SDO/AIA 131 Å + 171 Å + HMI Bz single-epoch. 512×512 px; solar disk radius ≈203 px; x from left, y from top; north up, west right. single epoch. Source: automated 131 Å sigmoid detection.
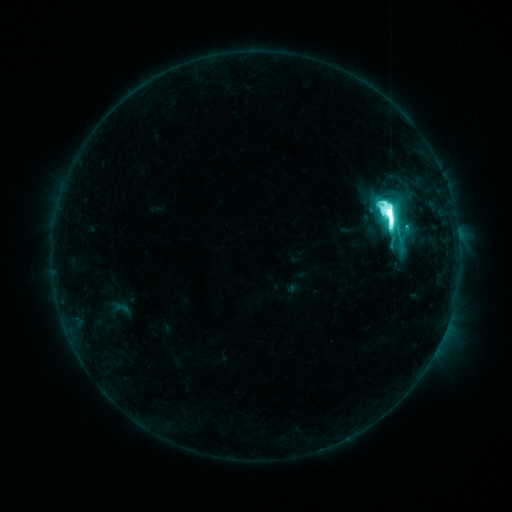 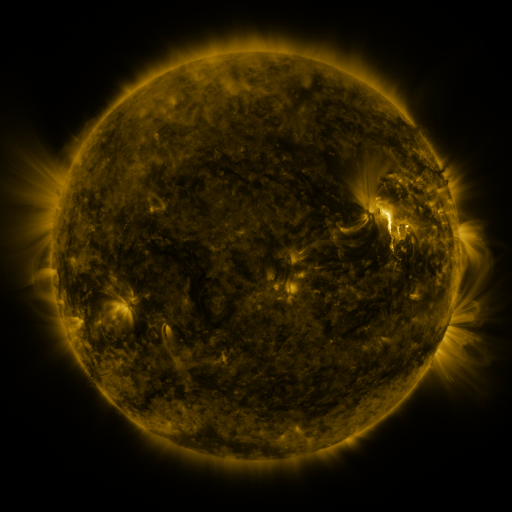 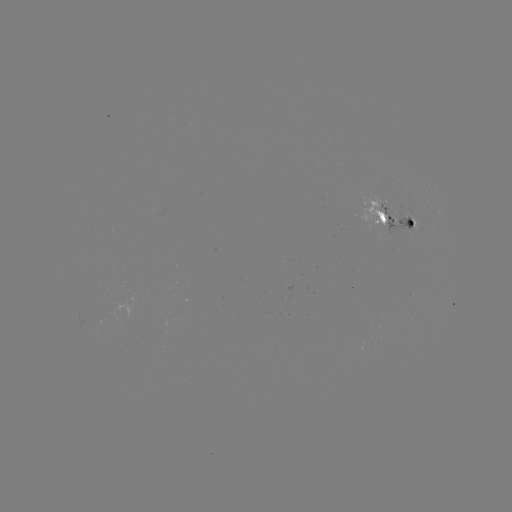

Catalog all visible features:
sigmoid: (392, 215)
